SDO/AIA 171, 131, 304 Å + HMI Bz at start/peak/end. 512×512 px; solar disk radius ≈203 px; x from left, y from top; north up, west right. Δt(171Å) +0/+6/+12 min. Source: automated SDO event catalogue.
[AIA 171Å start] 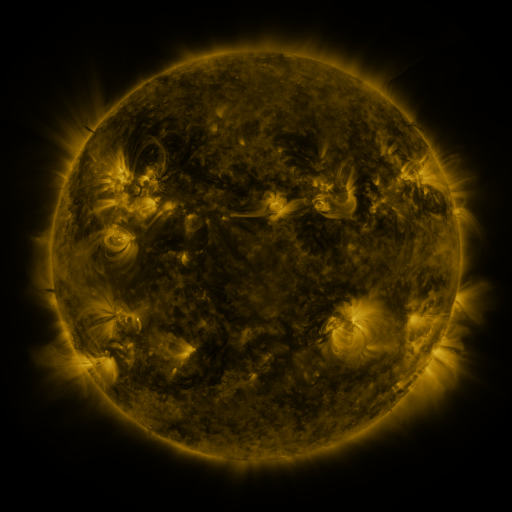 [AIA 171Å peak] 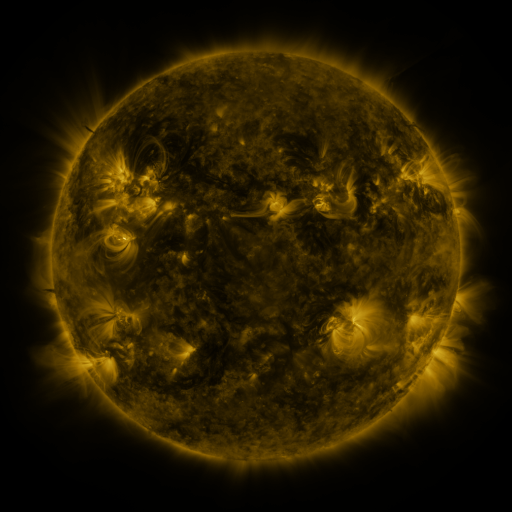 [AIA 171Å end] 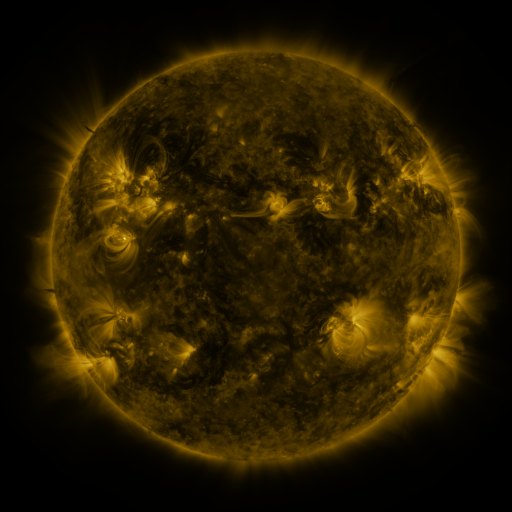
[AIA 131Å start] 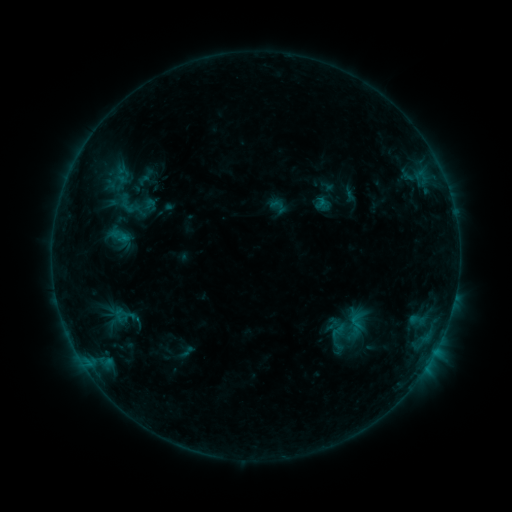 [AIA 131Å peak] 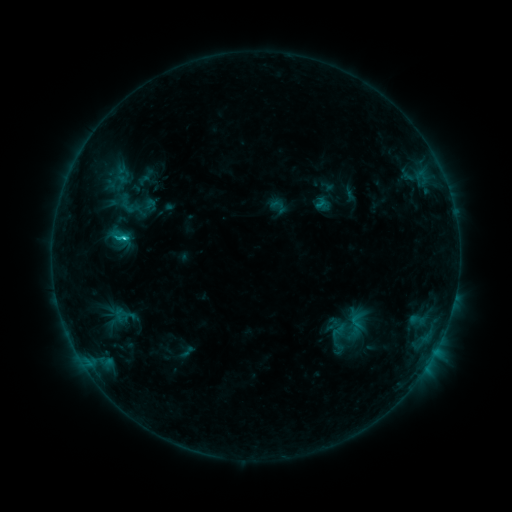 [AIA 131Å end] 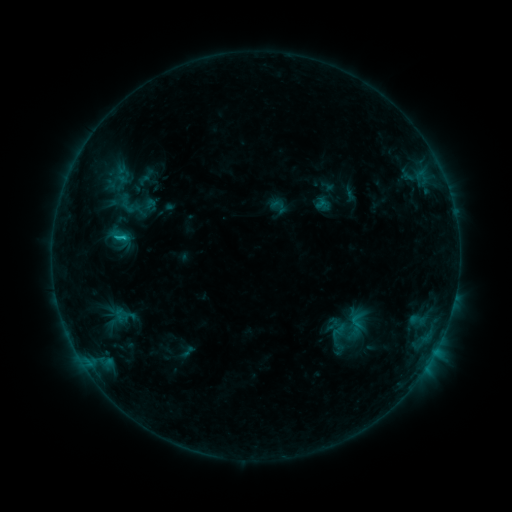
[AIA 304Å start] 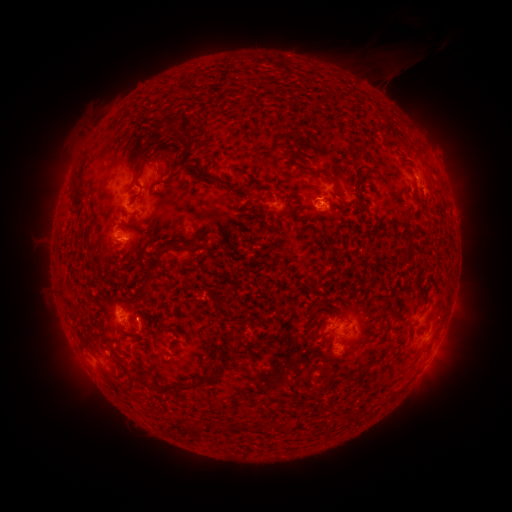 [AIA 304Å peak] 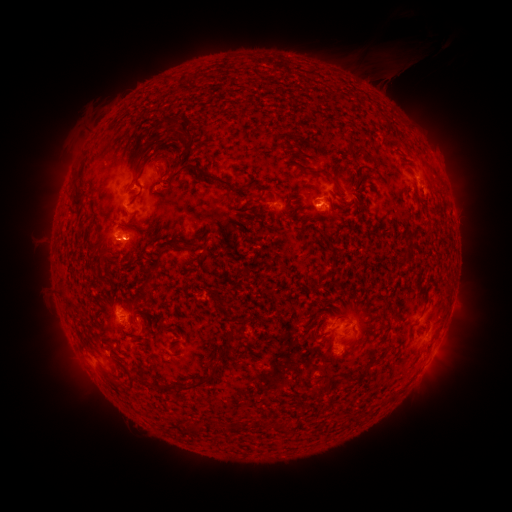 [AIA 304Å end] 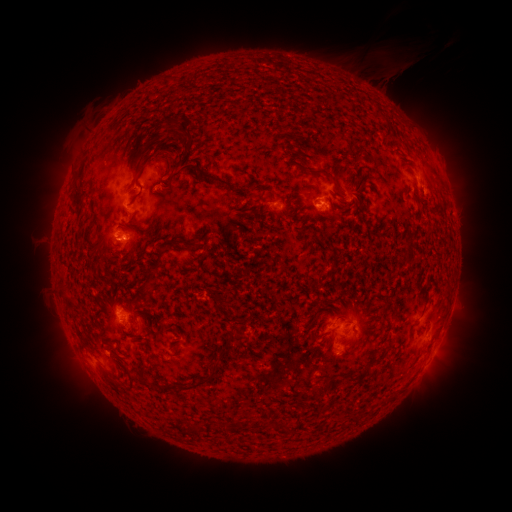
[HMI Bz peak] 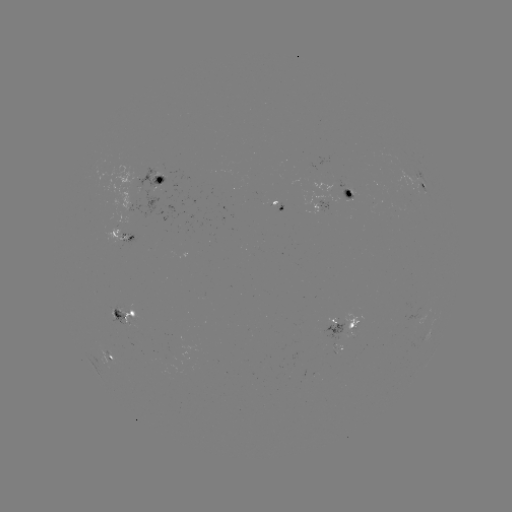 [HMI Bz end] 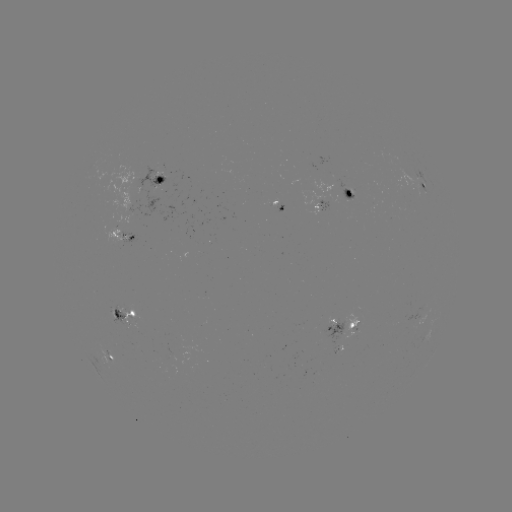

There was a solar flare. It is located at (126, 240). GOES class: C1.3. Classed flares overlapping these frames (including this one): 1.